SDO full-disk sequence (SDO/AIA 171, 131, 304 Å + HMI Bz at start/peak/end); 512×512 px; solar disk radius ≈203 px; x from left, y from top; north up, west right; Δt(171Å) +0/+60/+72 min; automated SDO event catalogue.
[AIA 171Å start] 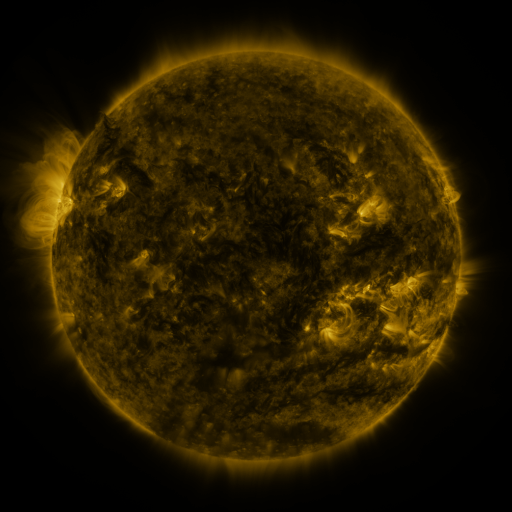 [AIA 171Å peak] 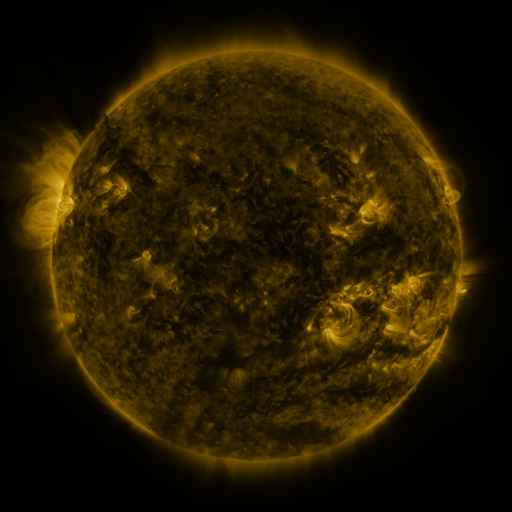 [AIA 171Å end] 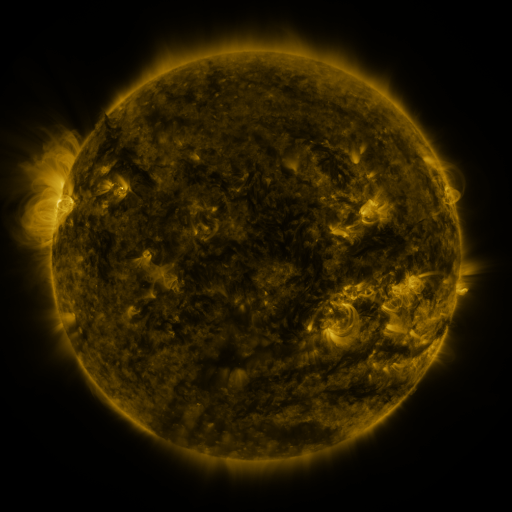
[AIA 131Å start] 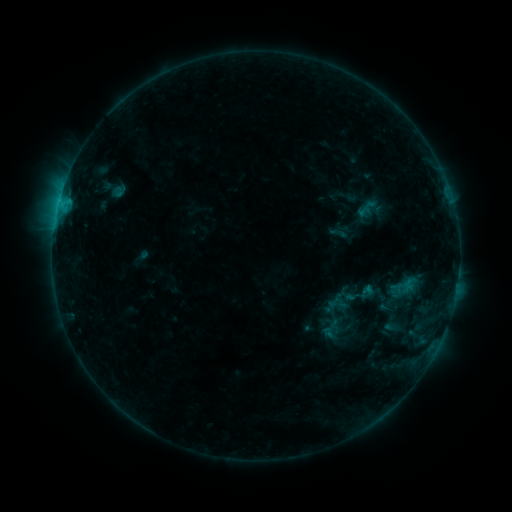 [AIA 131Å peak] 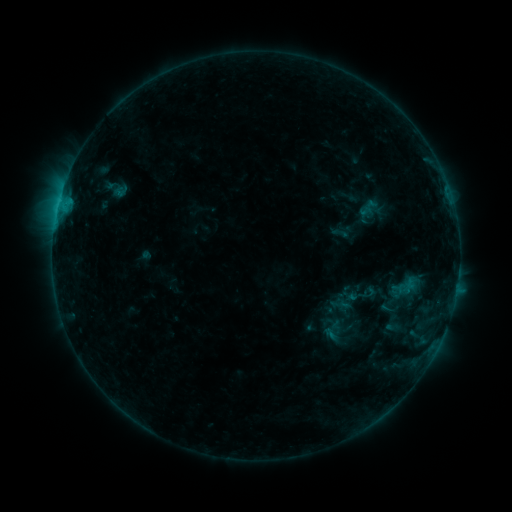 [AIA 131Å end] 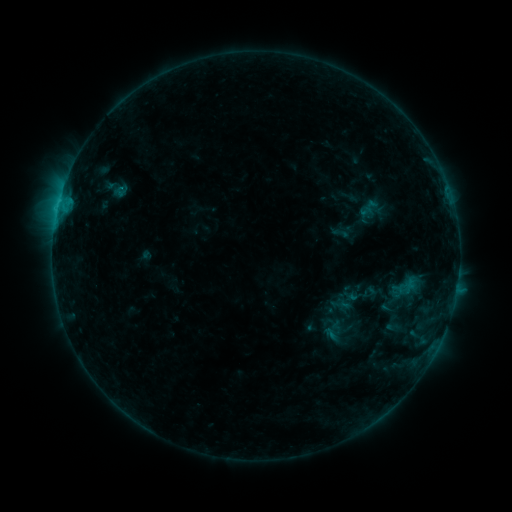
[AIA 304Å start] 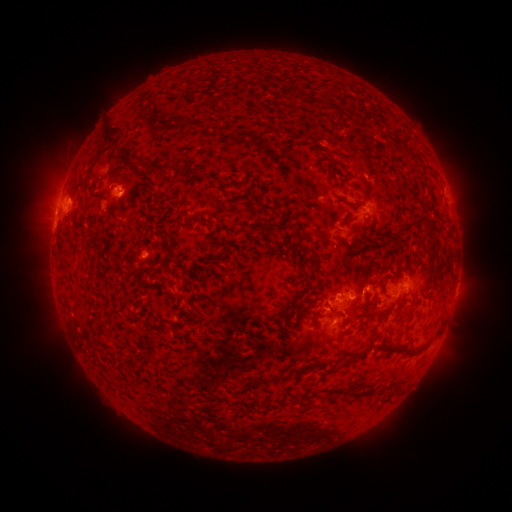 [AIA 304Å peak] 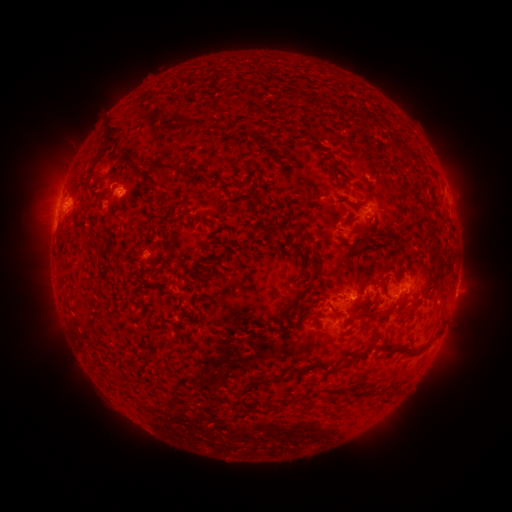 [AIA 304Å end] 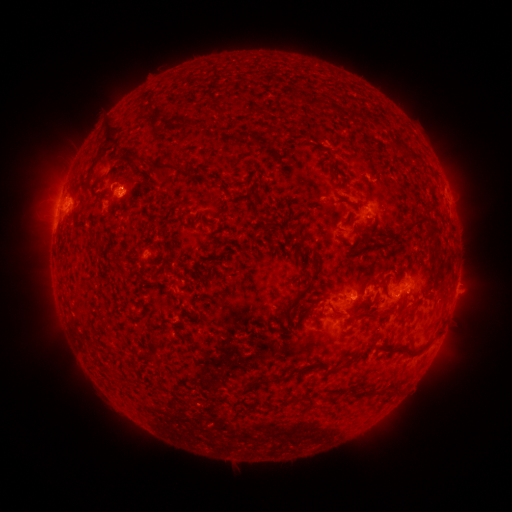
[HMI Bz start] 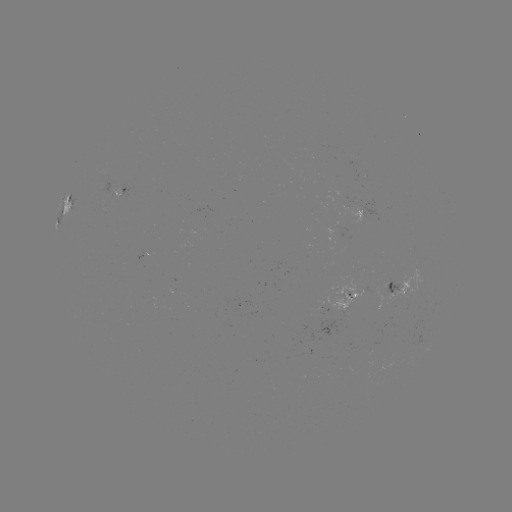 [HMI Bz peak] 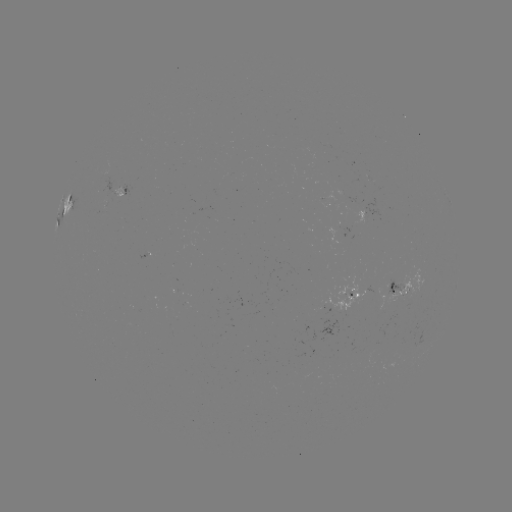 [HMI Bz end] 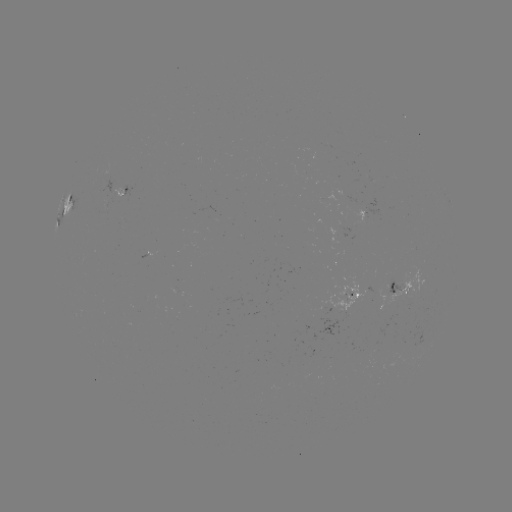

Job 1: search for emerging-flux region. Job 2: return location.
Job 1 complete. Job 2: [363, 215].